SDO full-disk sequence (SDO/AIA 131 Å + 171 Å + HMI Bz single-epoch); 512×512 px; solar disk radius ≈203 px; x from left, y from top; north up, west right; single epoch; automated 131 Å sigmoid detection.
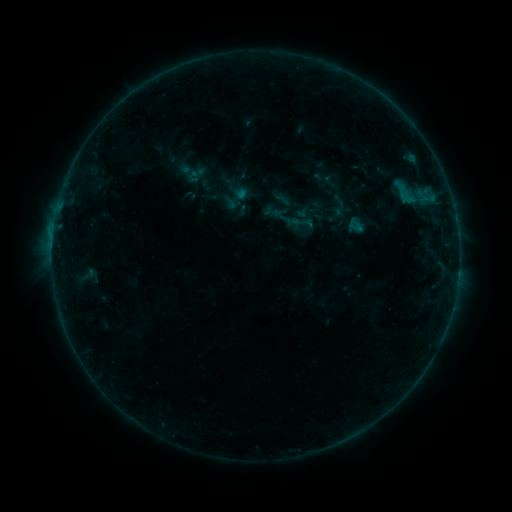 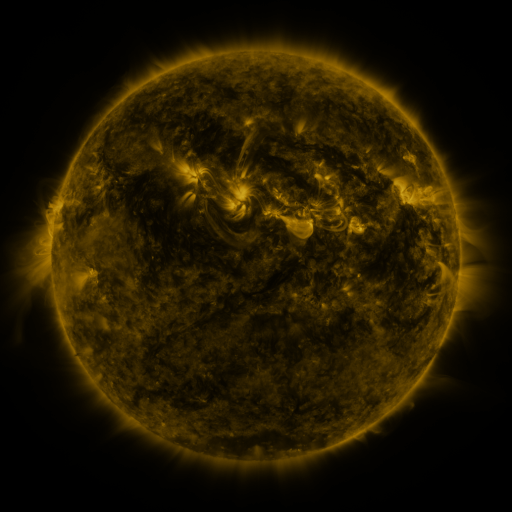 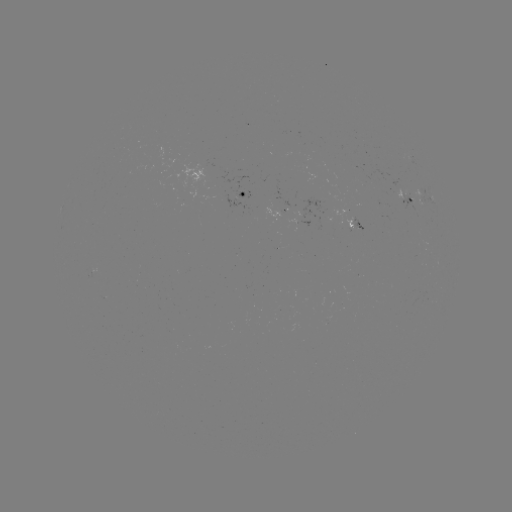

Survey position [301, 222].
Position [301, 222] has sigmoid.